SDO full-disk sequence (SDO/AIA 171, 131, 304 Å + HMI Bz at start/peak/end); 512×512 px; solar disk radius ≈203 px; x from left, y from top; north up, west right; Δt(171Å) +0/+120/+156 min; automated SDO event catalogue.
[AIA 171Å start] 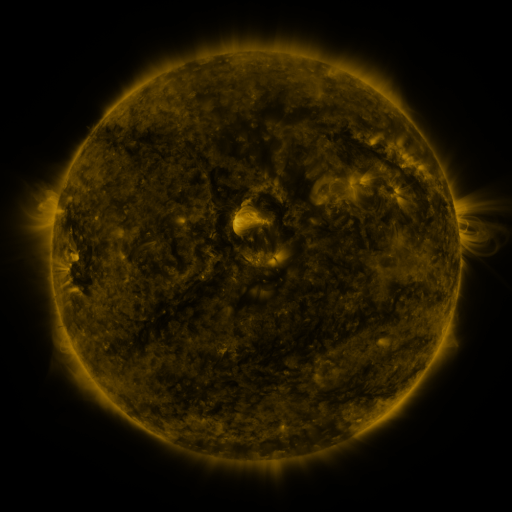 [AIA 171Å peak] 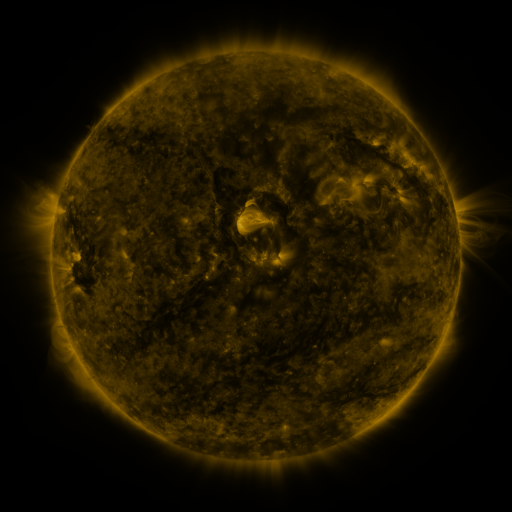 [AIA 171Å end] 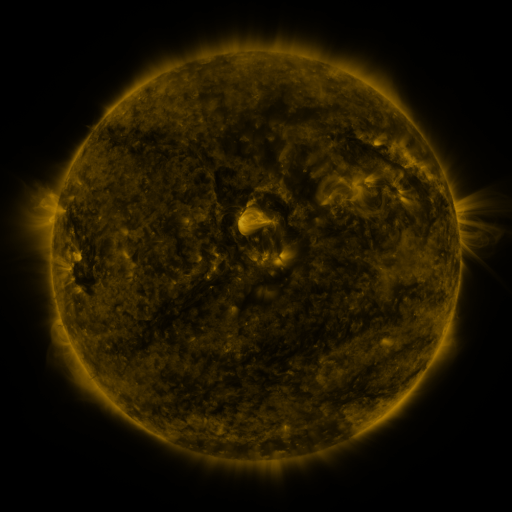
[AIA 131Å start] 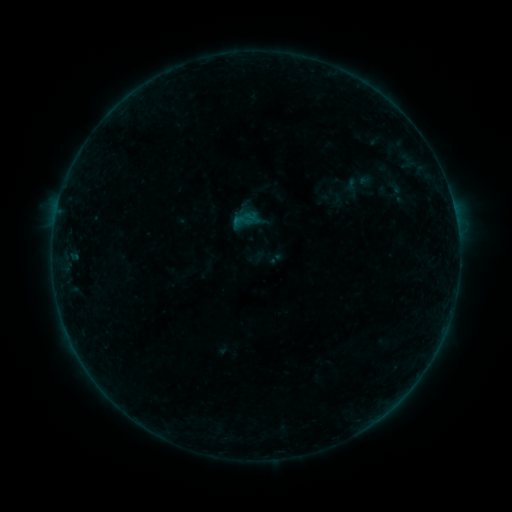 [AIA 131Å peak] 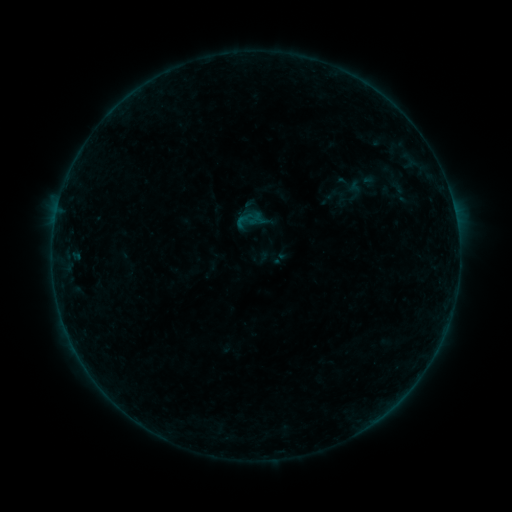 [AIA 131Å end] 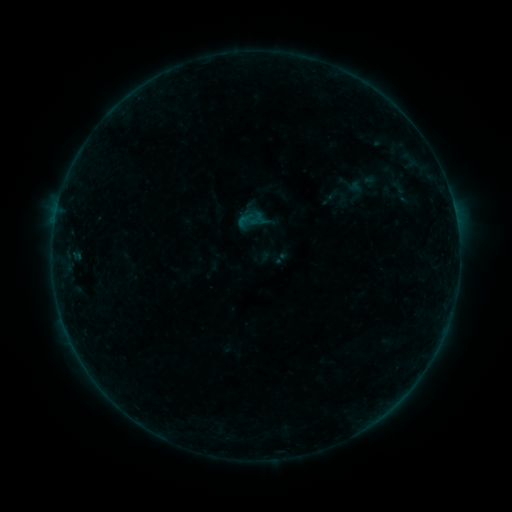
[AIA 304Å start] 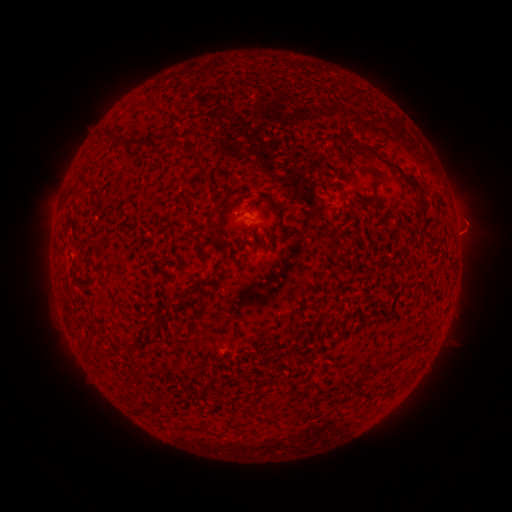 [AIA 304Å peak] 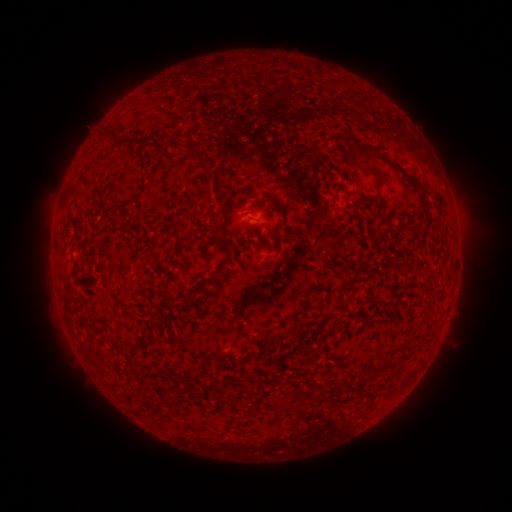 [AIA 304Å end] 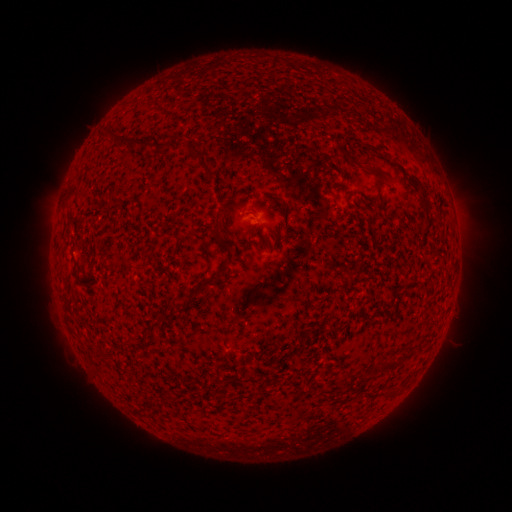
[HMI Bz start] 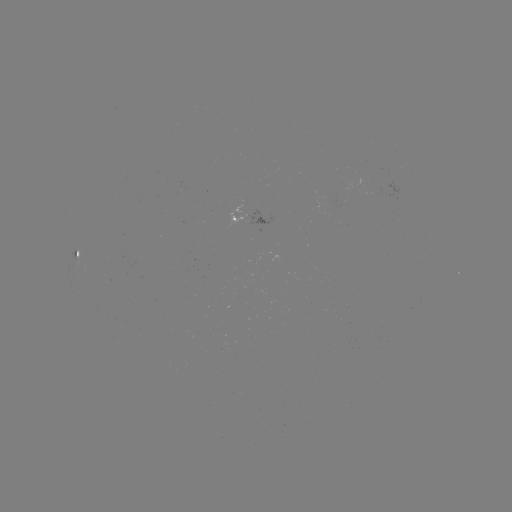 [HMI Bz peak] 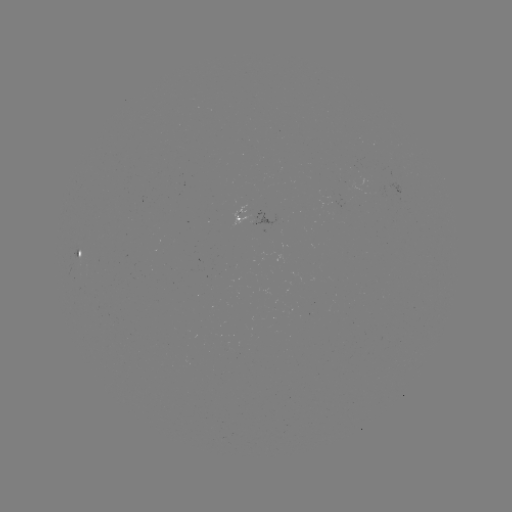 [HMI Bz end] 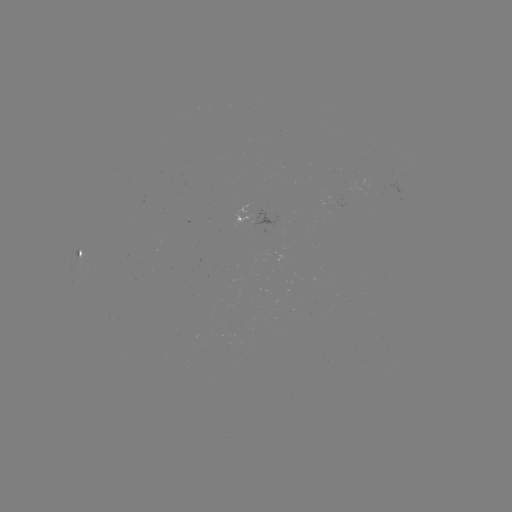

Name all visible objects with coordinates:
emerging-flux region: (334, 202)
